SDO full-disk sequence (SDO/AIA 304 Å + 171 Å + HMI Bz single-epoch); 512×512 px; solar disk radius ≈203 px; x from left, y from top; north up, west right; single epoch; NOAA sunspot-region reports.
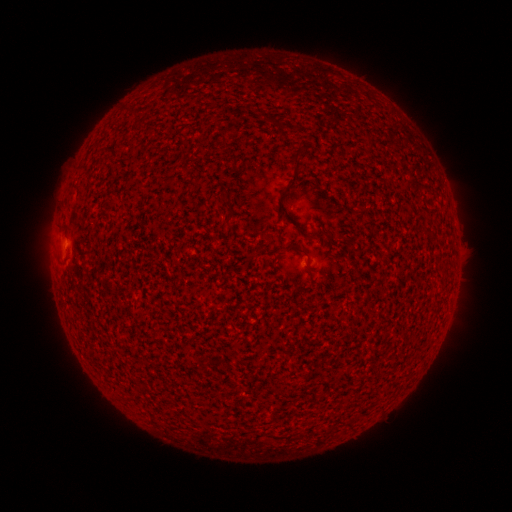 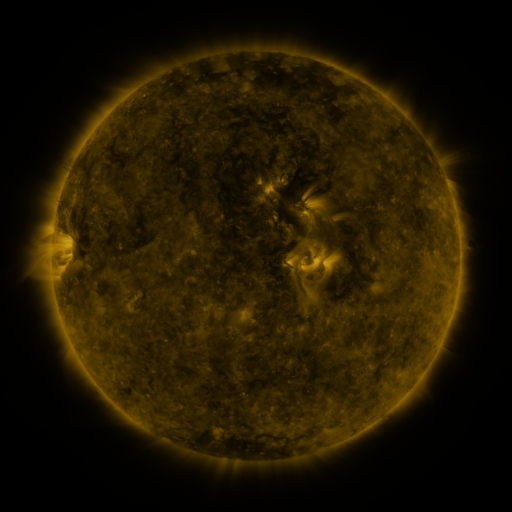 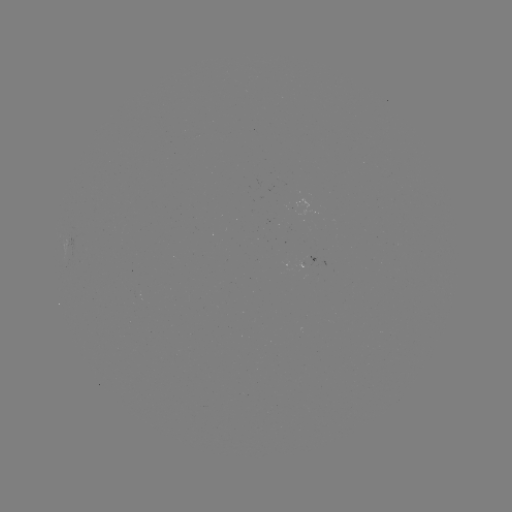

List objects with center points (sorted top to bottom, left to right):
(none)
